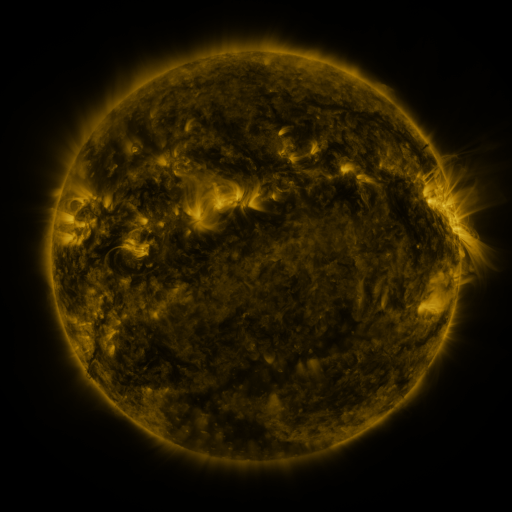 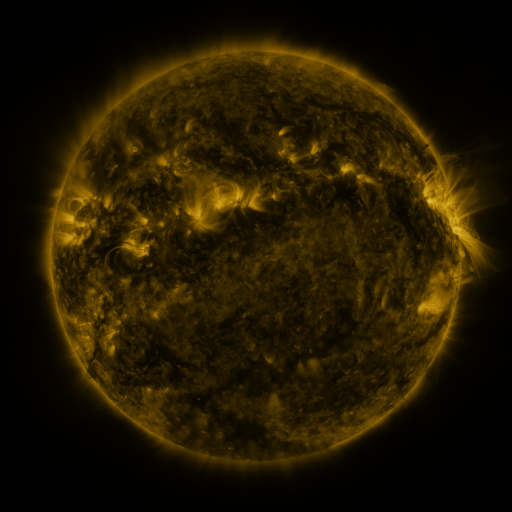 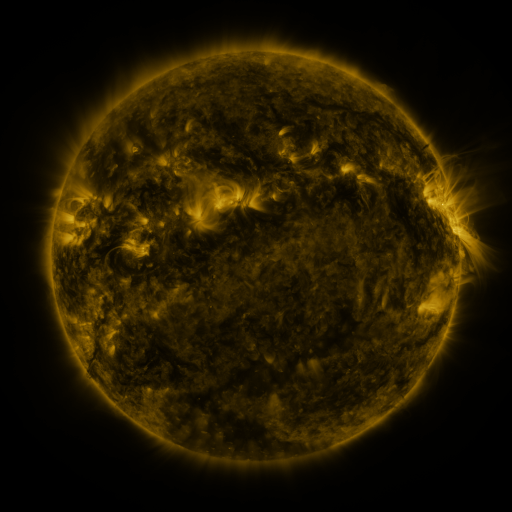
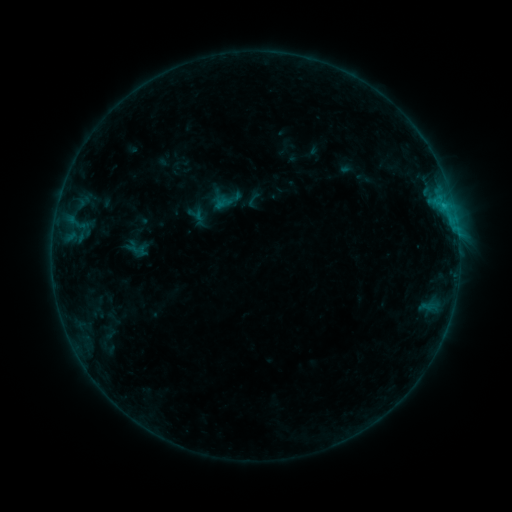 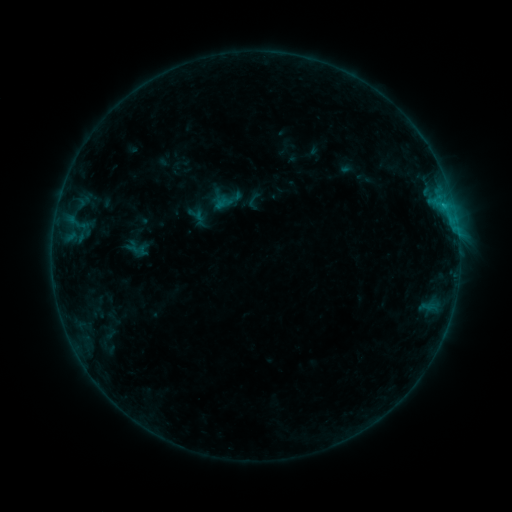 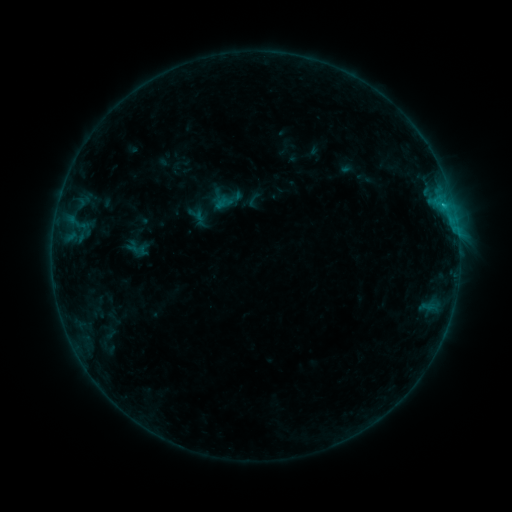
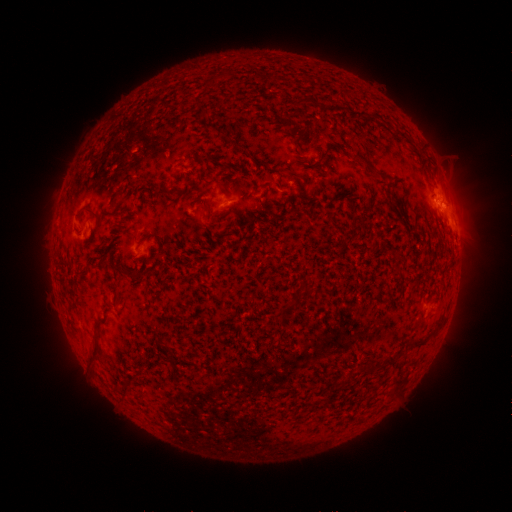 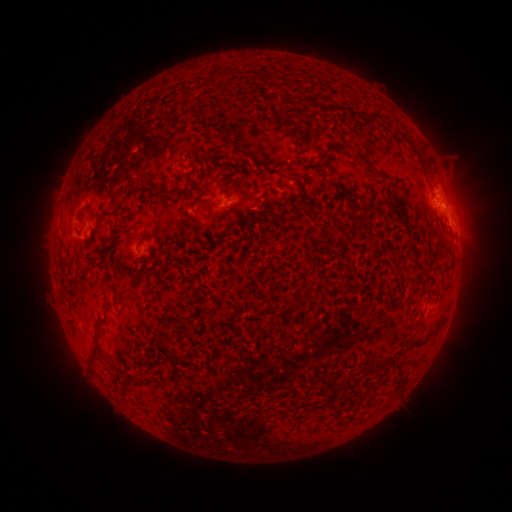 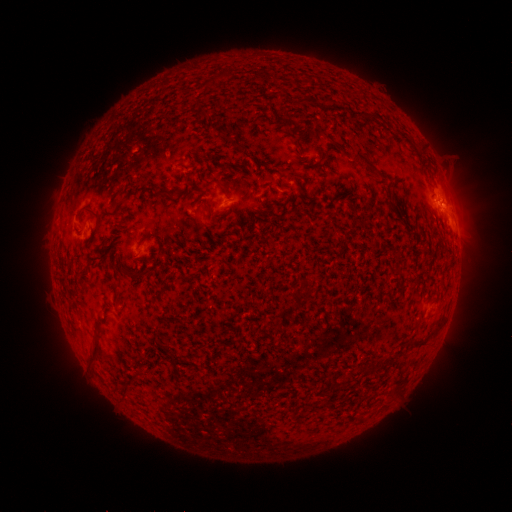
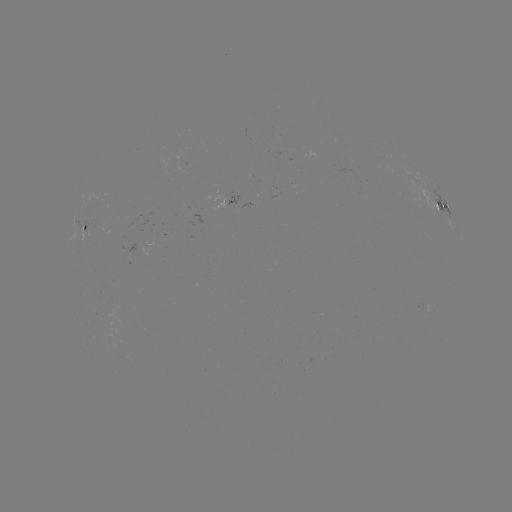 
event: flare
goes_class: B7.7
